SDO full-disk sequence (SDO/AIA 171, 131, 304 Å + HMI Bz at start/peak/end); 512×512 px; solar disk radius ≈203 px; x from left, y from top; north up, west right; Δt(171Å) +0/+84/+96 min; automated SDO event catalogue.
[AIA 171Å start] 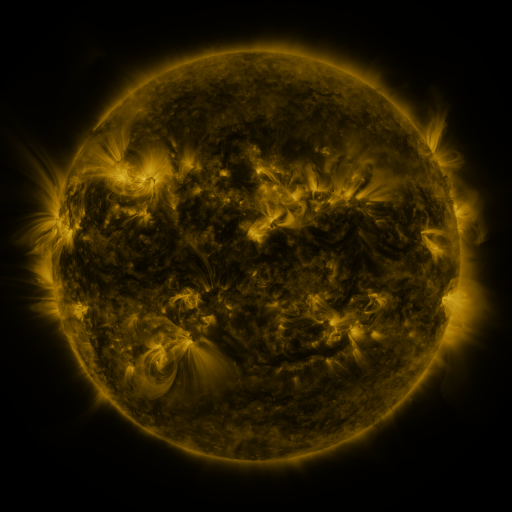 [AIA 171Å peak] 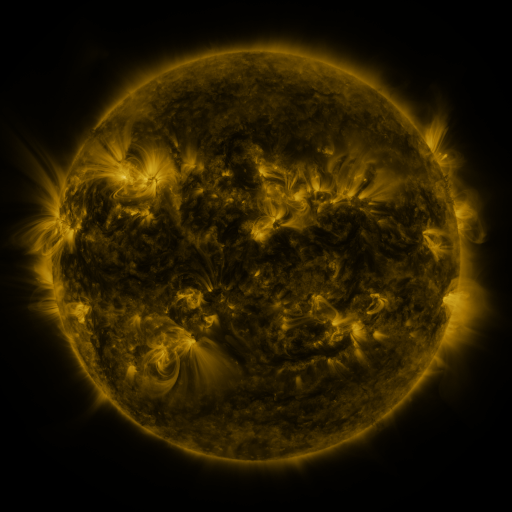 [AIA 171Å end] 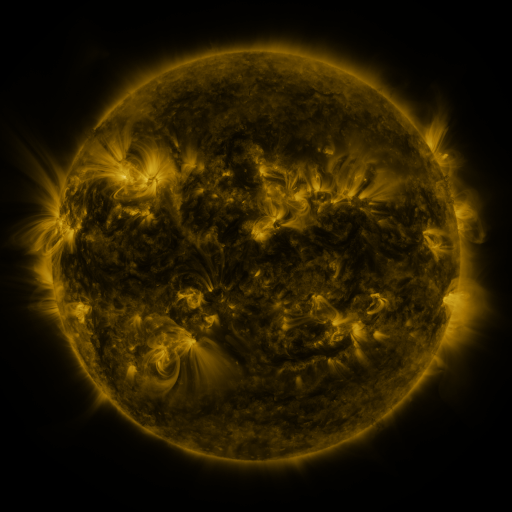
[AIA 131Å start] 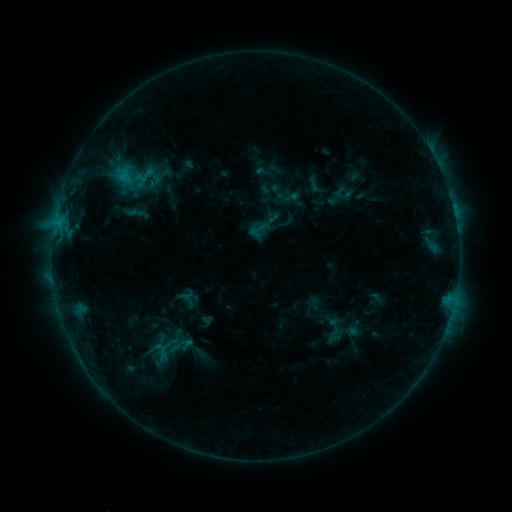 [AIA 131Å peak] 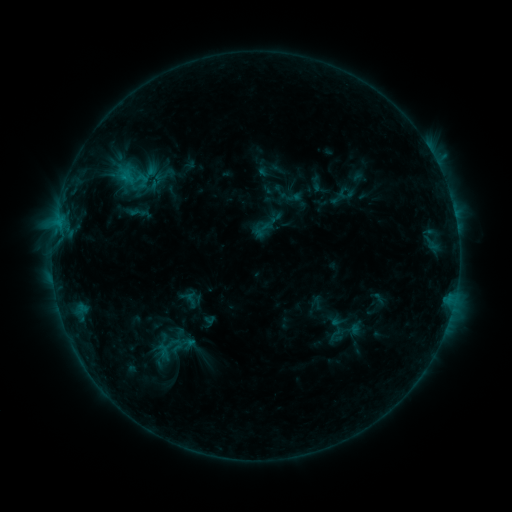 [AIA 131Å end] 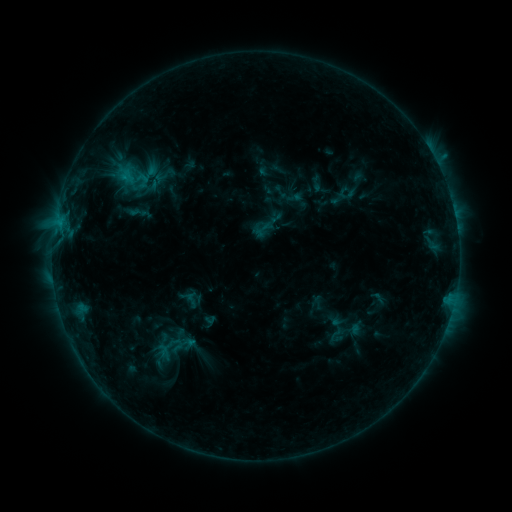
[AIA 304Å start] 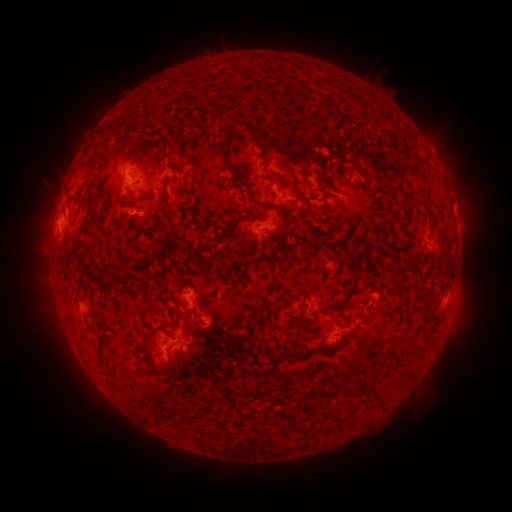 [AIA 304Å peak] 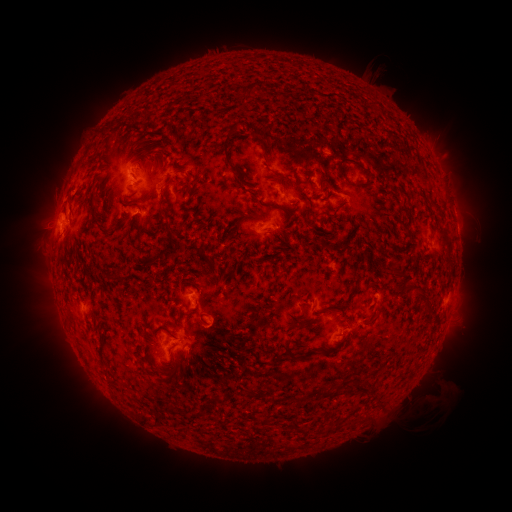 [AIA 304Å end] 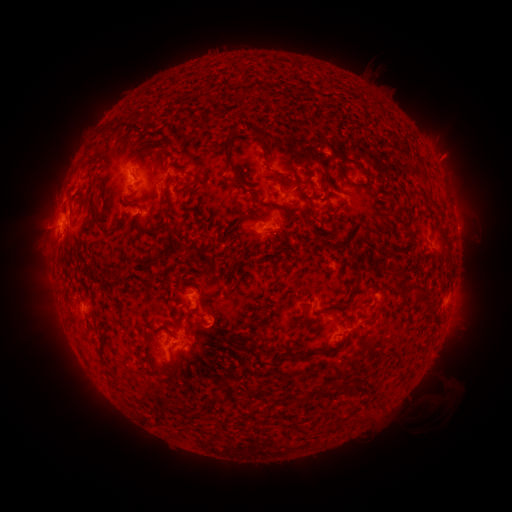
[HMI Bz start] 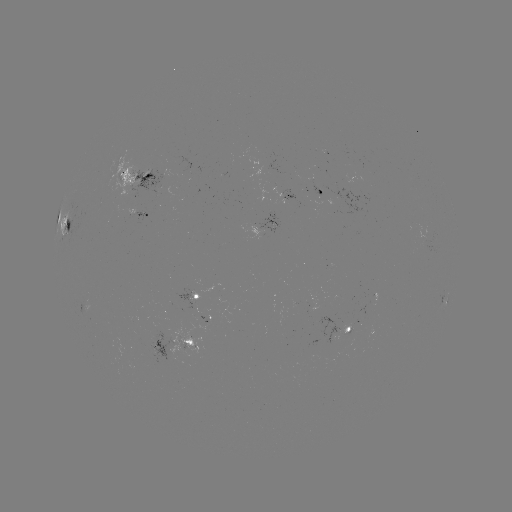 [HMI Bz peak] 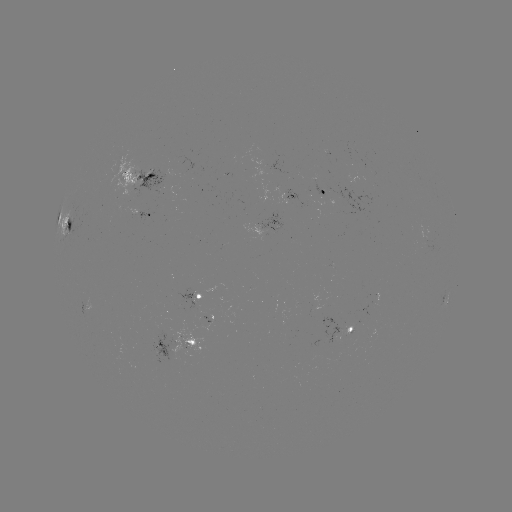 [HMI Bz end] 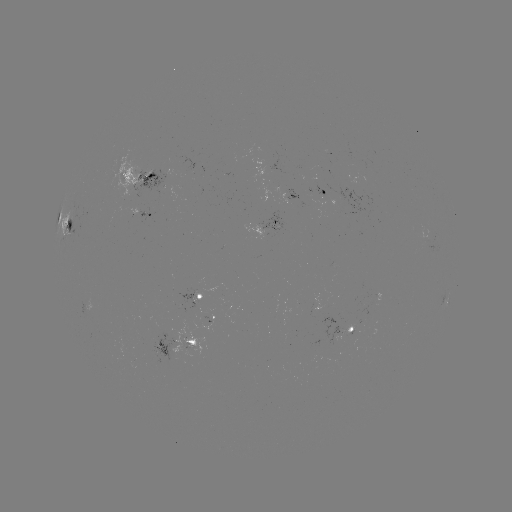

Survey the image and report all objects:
emerging-flux region: (322, 192)
